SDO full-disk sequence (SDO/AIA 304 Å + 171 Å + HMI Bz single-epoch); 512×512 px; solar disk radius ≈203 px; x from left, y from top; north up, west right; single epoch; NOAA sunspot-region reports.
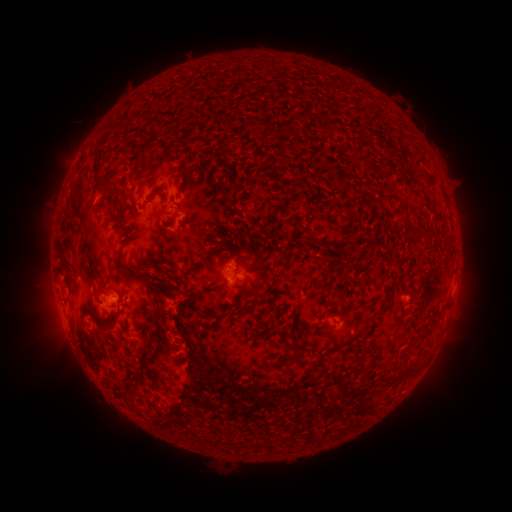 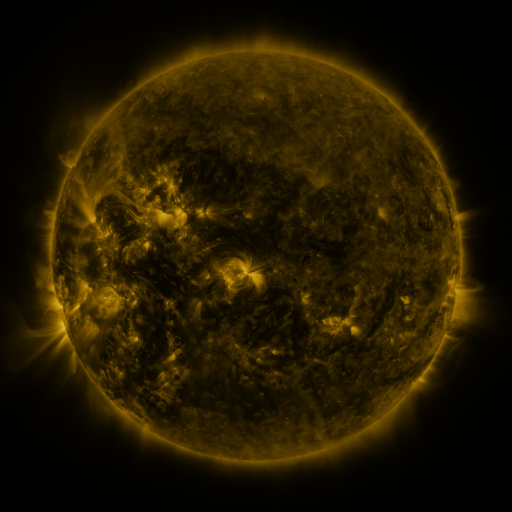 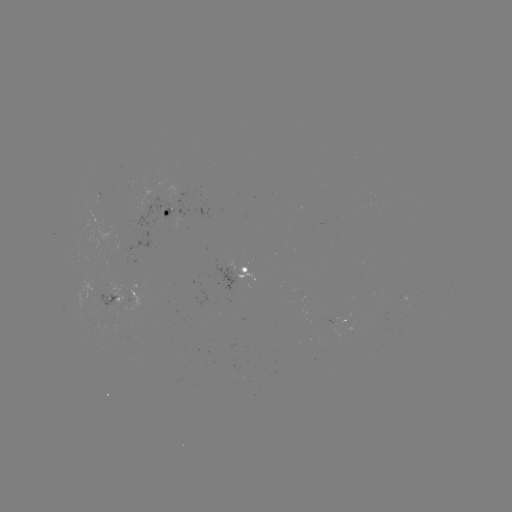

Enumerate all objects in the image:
spotted active region: (168, 212)
spotted active region: (148, 241)
spotted active region: (245, 273)
spotted active region: (120, 297)
spotted active region: (343, 321)
